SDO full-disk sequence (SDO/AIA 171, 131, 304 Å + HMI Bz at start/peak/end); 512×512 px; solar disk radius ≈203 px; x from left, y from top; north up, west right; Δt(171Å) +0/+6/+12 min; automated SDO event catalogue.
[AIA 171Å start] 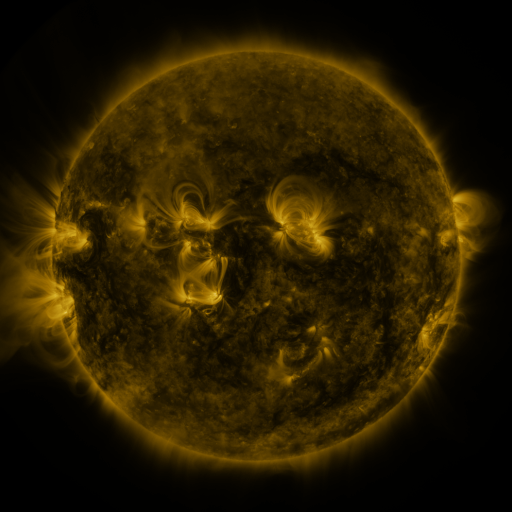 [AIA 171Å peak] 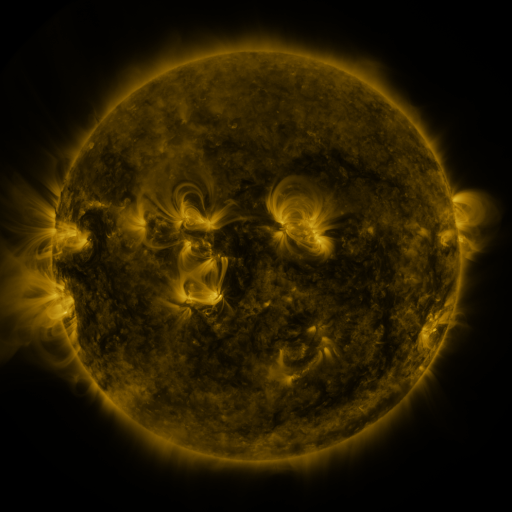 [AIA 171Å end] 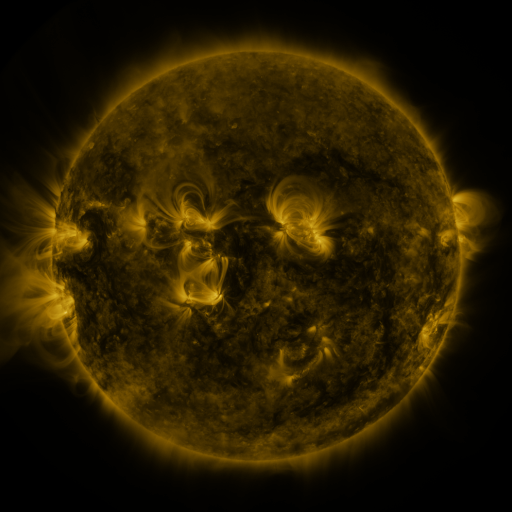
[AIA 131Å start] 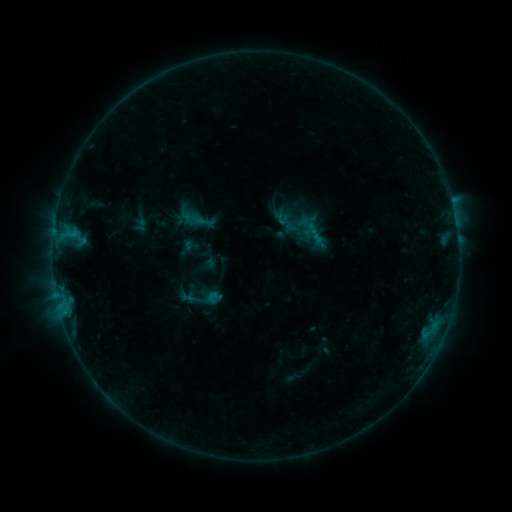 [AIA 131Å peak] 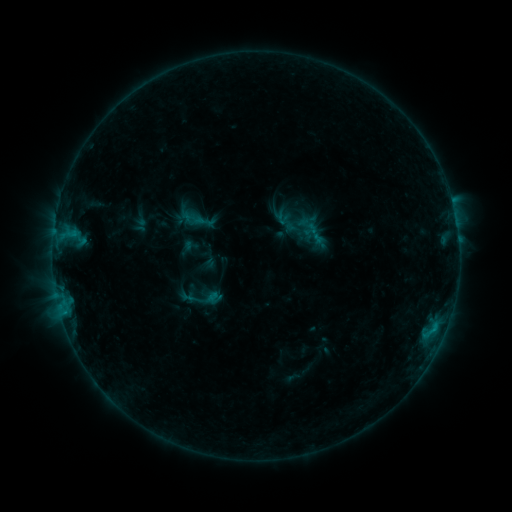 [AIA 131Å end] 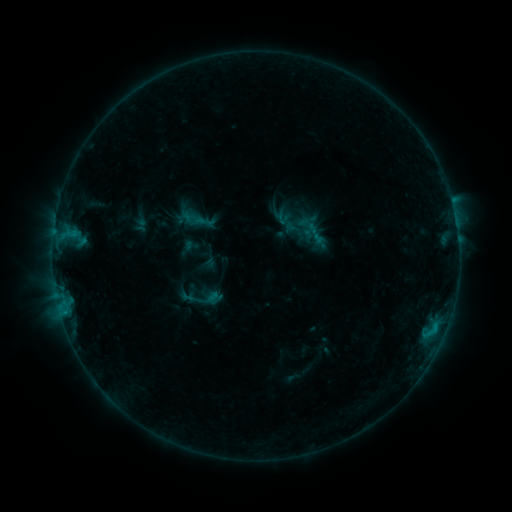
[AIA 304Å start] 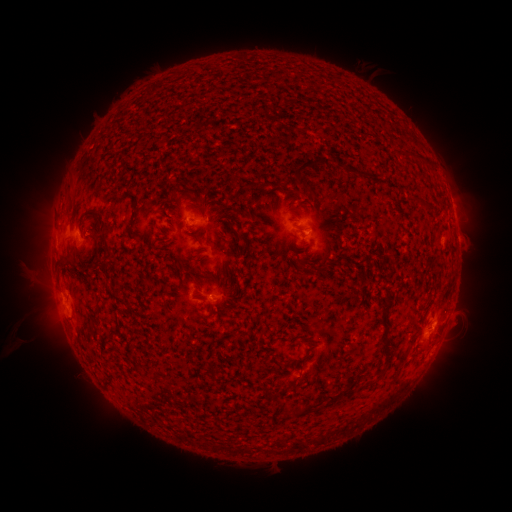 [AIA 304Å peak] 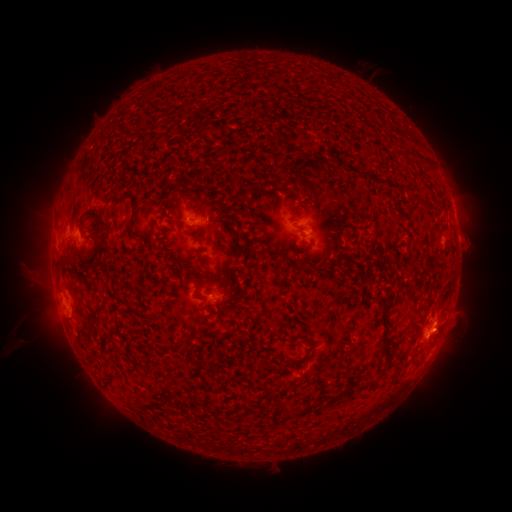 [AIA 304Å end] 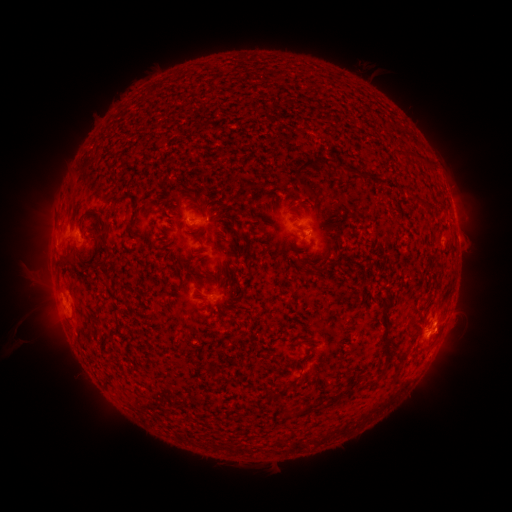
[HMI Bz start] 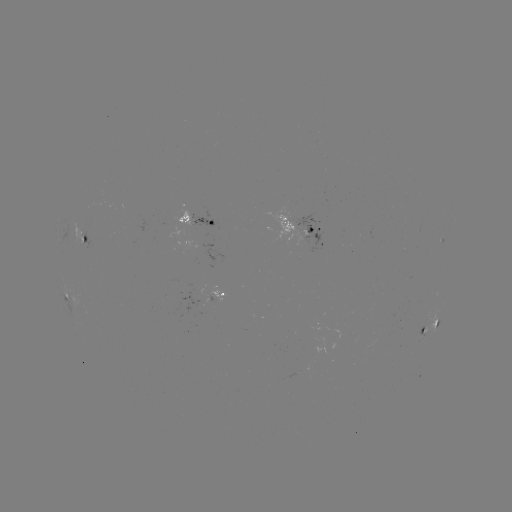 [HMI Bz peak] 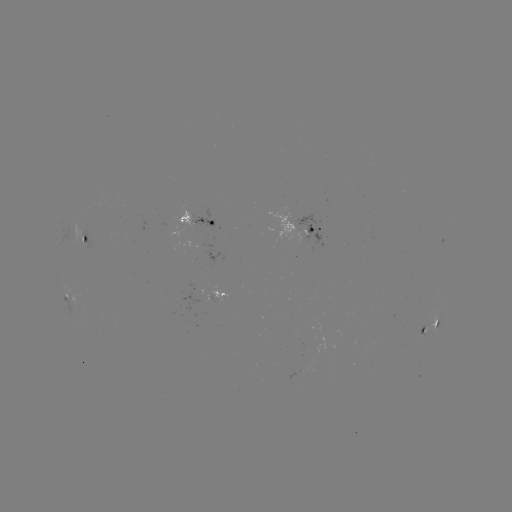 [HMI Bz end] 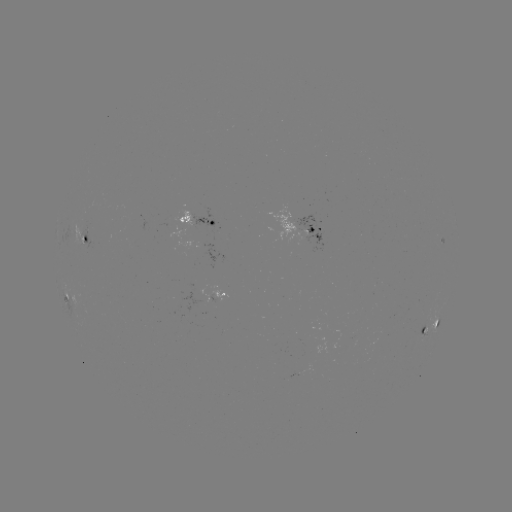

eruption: (414, 308, 471, 360)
